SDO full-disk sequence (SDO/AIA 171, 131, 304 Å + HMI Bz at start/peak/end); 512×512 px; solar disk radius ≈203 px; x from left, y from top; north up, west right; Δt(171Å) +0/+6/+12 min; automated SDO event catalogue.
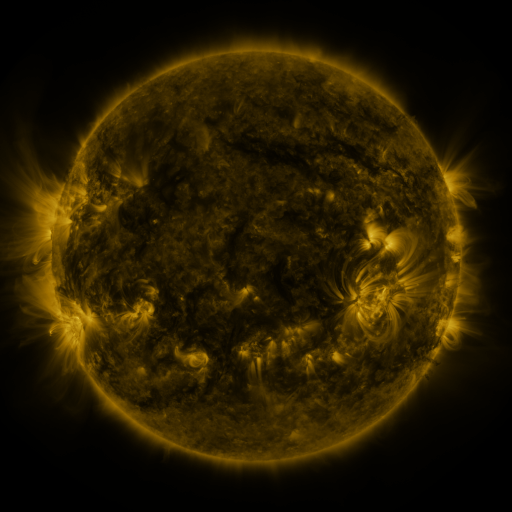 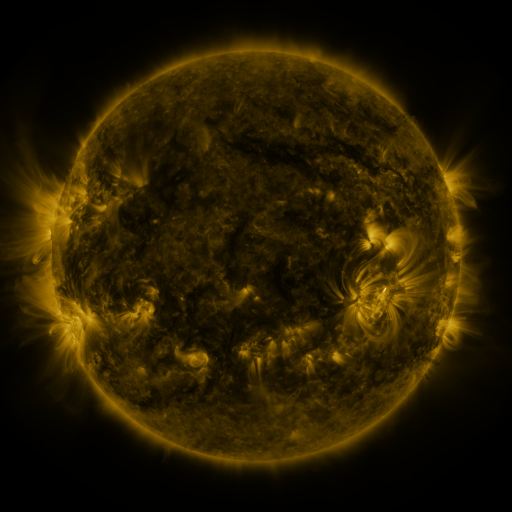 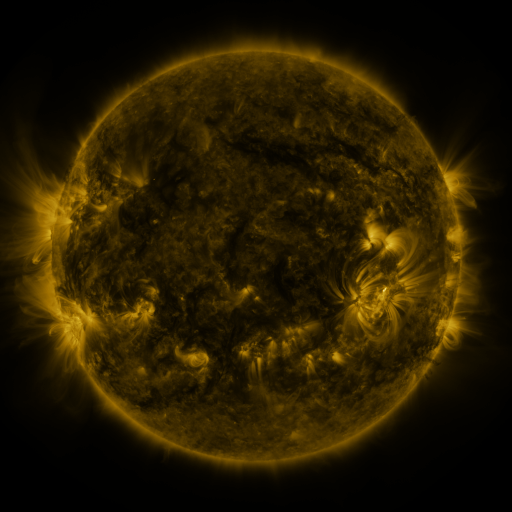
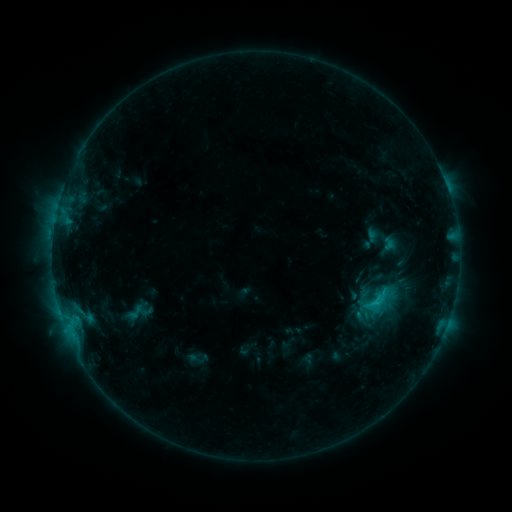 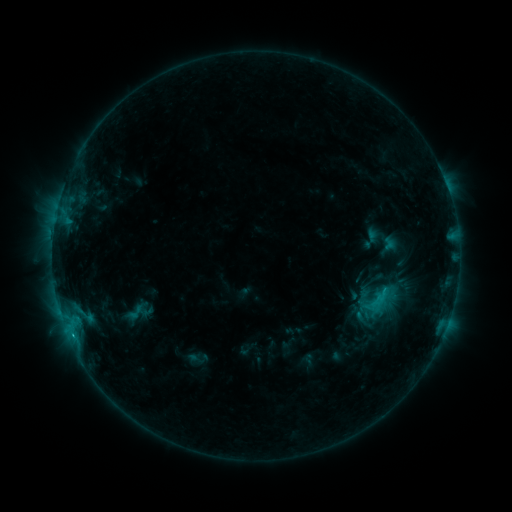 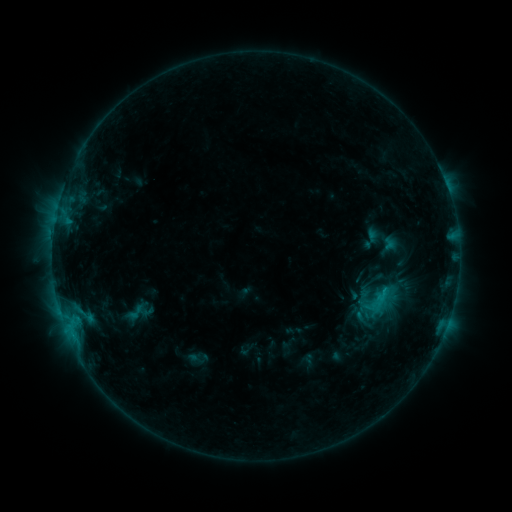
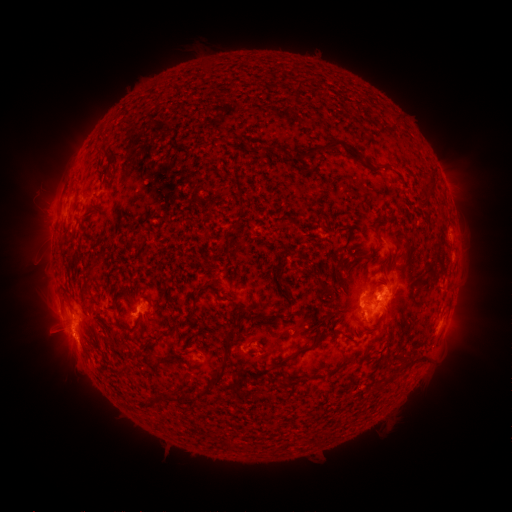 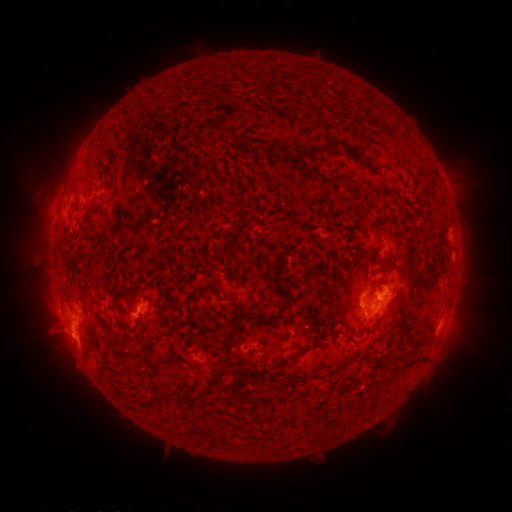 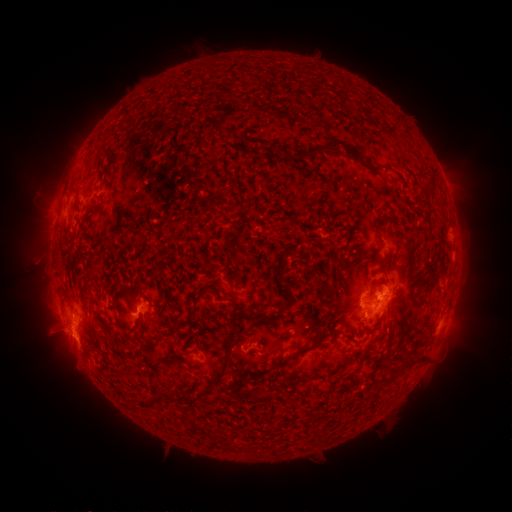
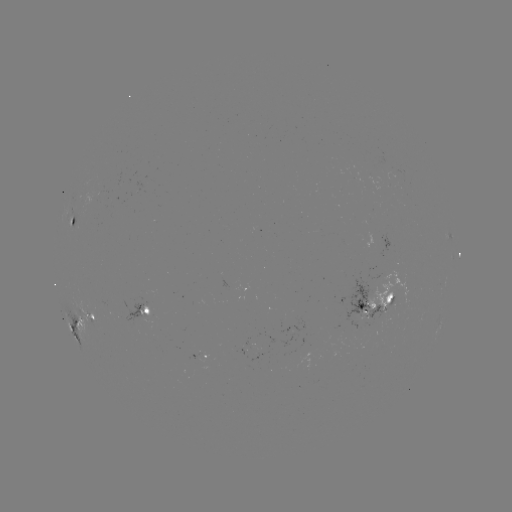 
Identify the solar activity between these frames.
eruption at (61, 344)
